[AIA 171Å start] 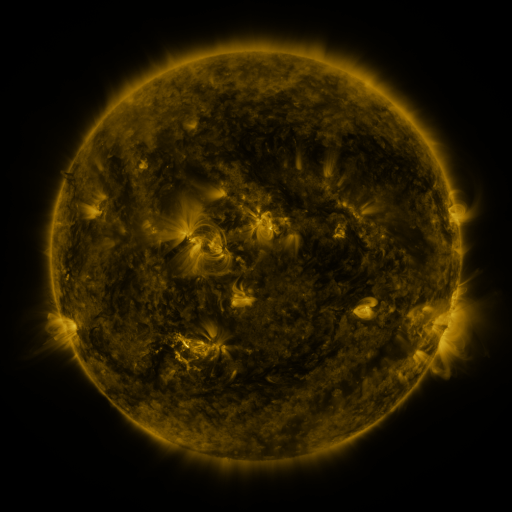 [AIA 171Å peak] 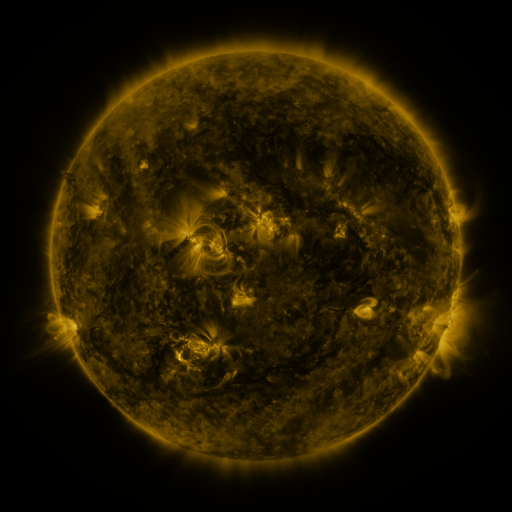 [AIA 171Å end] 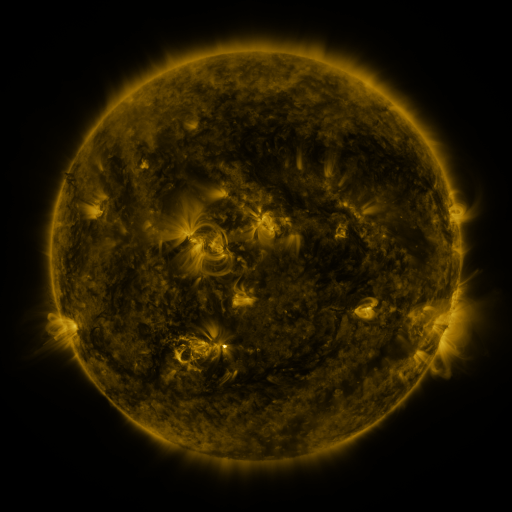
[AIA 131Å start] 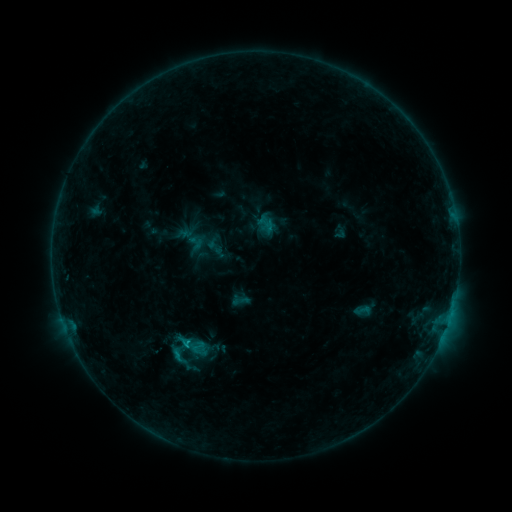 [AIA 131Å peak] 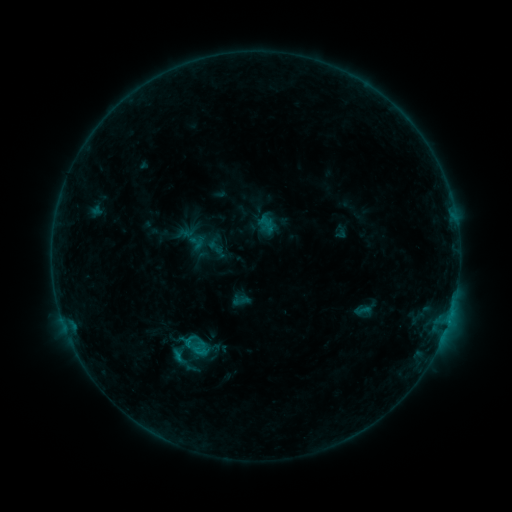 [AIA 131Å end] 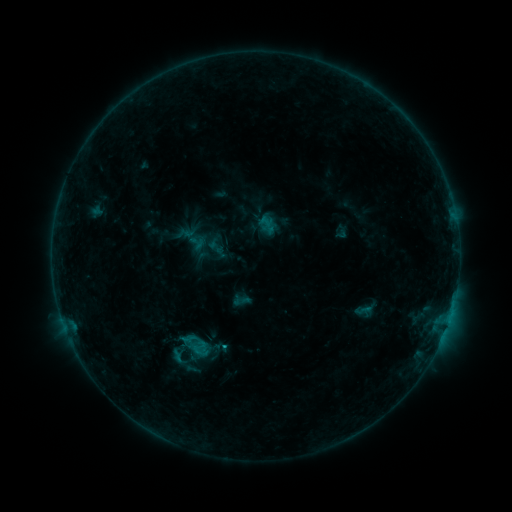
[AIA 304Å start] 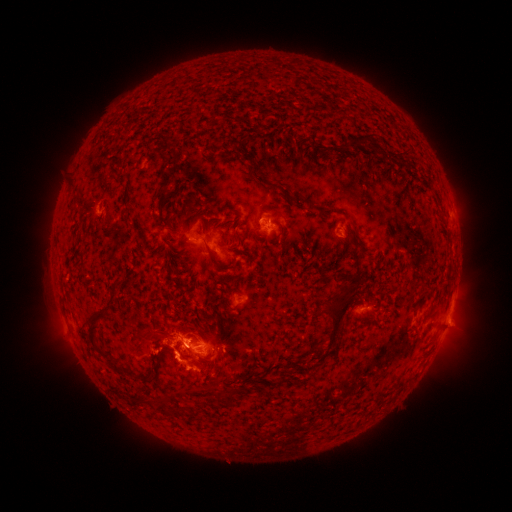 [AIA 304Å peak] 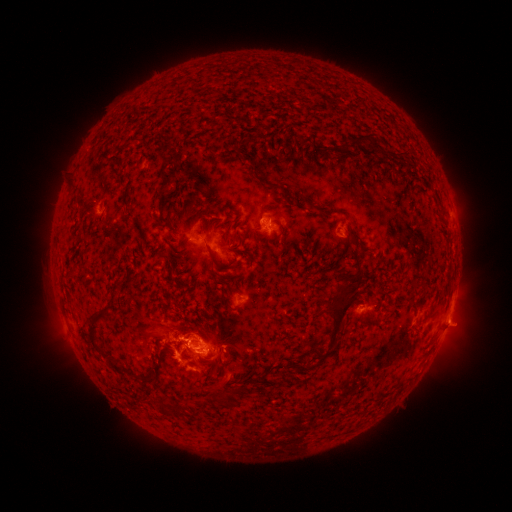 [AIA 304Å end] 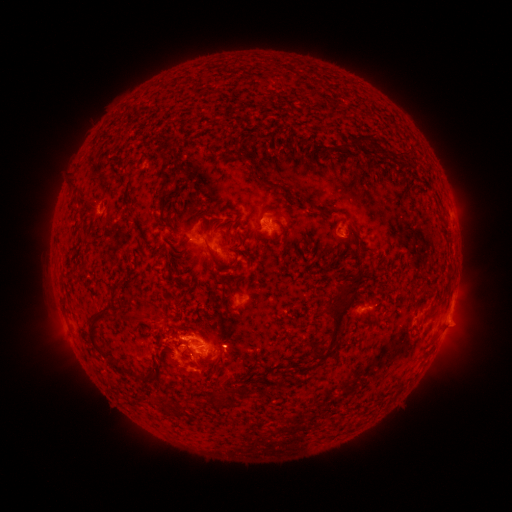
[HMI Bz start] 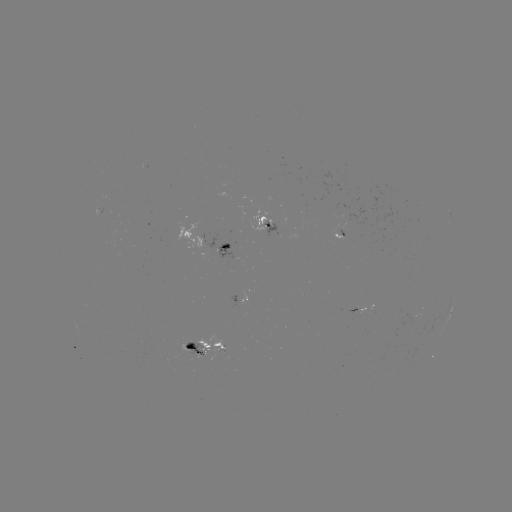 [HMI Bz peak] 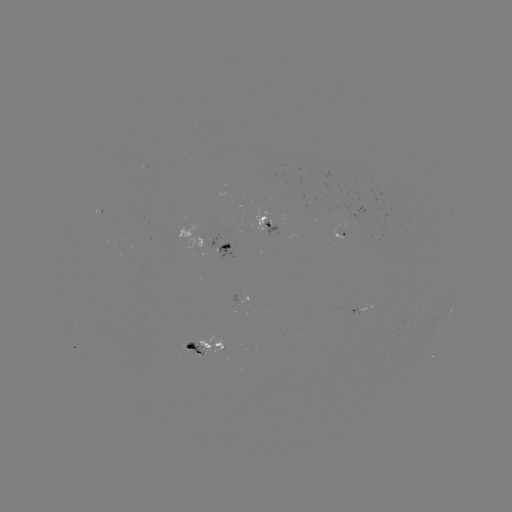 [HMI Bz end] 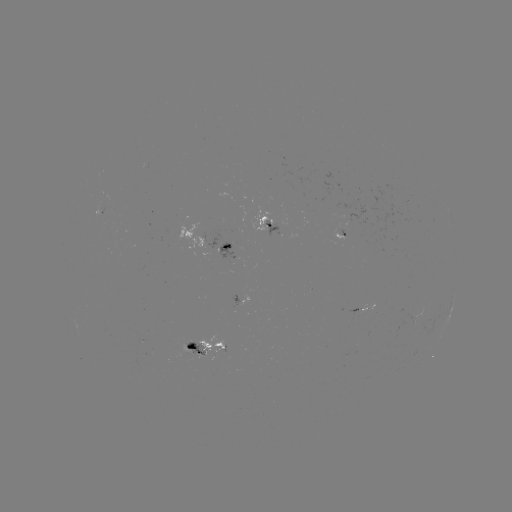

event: eruption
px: (152, 324)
